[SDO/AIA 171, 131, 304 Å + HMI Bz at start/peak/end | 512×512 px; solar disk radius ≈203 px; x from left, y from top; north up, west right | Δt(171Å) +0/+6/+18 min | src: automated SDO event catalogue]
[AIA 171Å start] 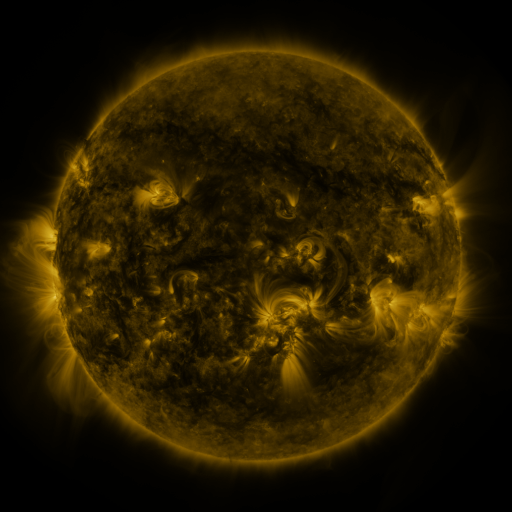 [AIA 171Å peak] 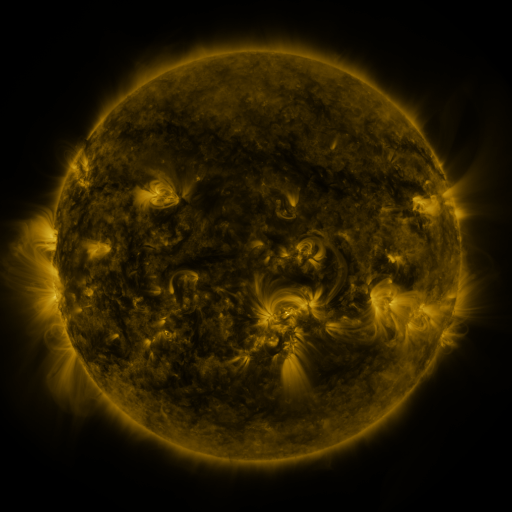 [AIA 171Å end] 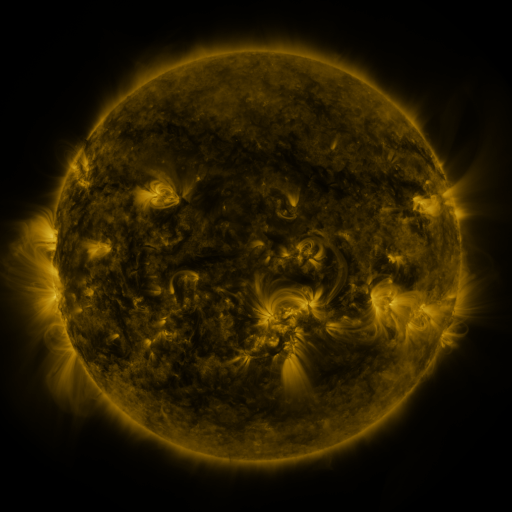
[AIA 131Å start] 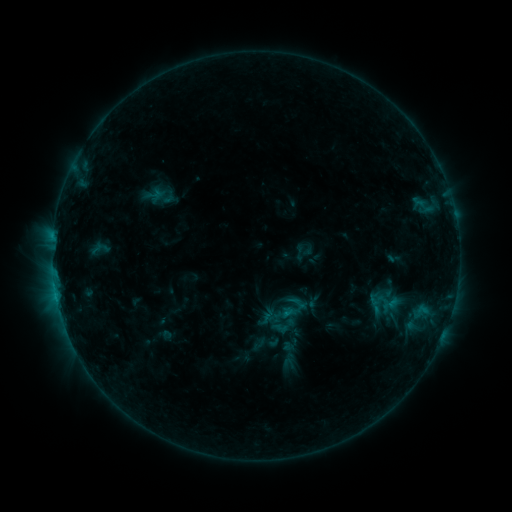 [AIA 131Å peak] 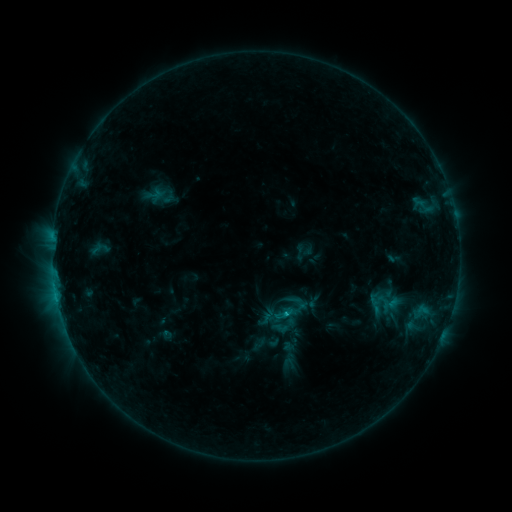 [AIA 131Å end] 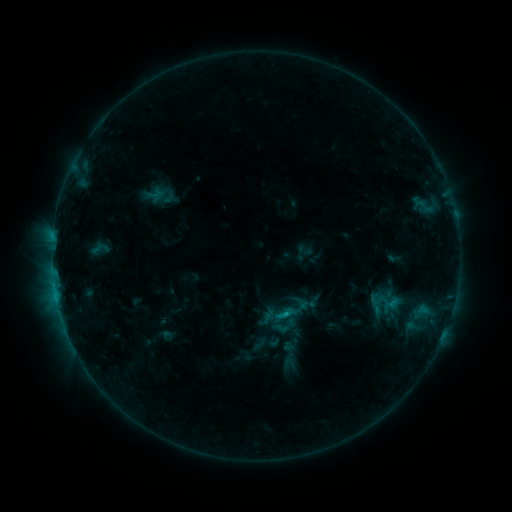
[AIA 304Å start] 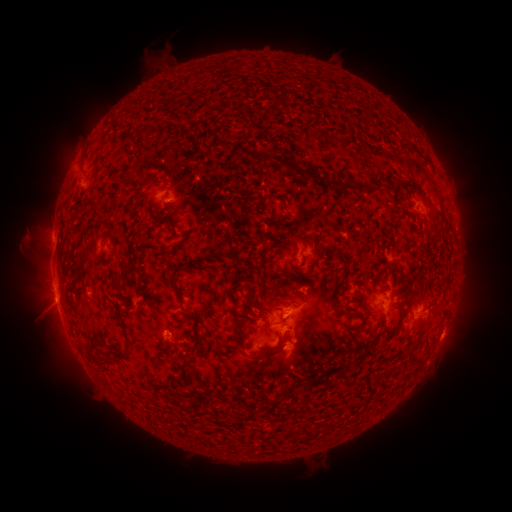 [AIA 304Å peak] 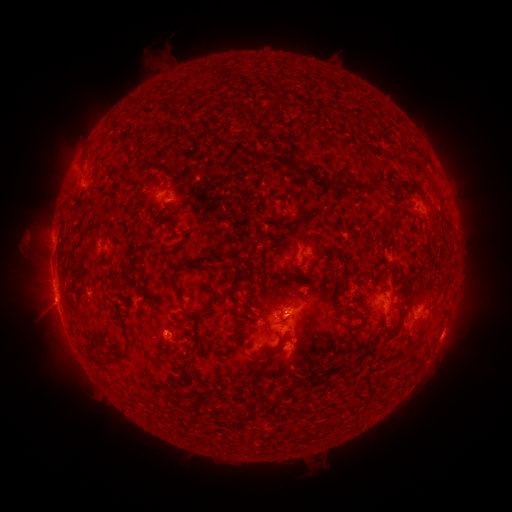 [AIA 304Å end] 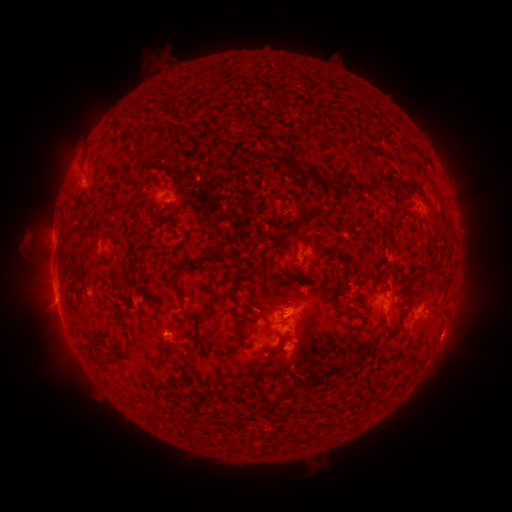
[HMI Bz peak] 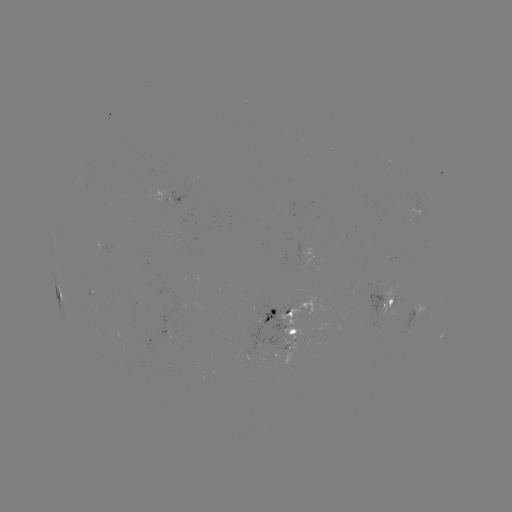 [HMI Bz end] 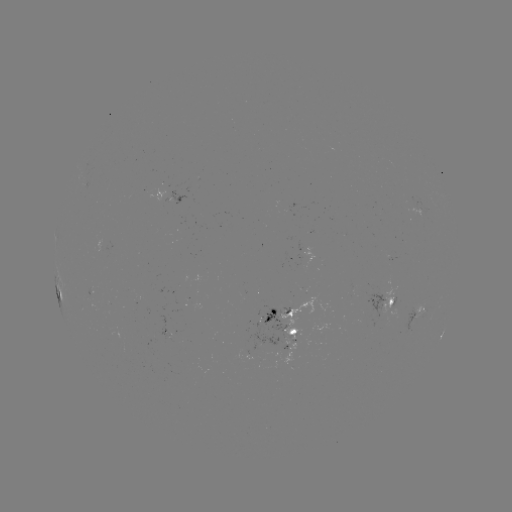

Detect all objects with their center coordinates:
C1.1 flare: (283, 312)
